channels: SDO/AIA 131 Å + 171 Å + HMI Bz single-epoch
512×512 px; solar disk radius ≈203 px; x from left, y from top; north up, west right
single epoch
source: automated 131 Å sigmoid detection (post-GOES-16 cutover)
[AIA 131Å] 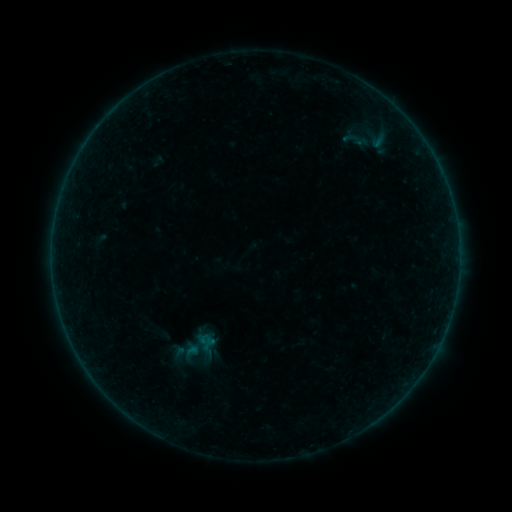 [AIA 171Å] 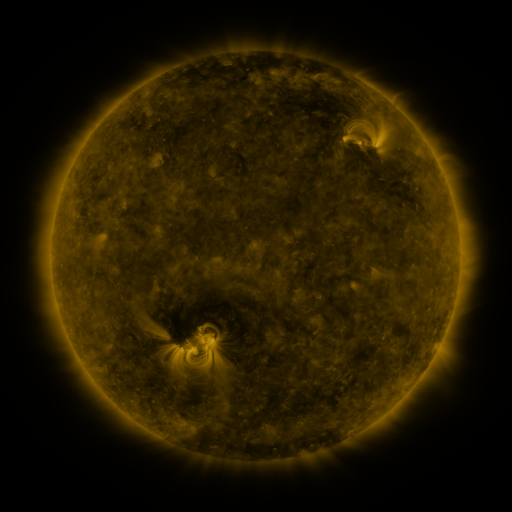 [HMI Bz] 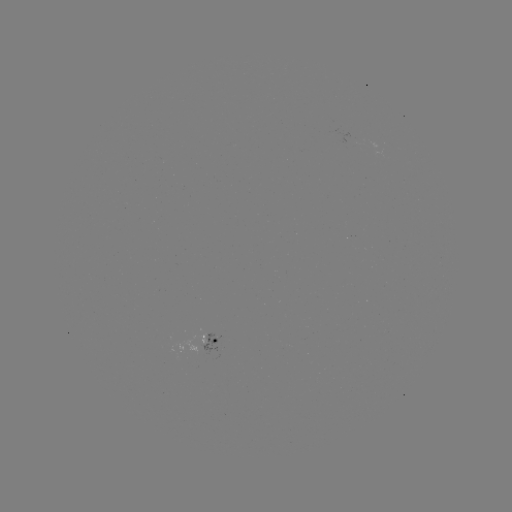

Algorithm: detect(sigmoid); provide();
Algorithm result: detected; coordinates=(198, 346)